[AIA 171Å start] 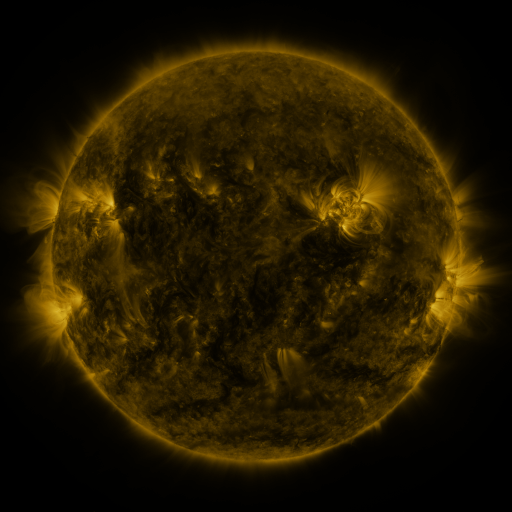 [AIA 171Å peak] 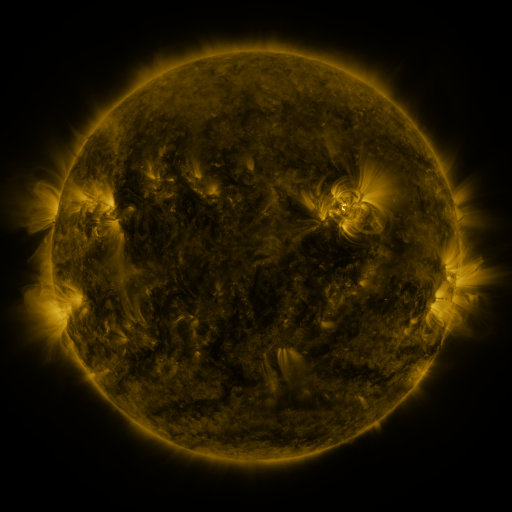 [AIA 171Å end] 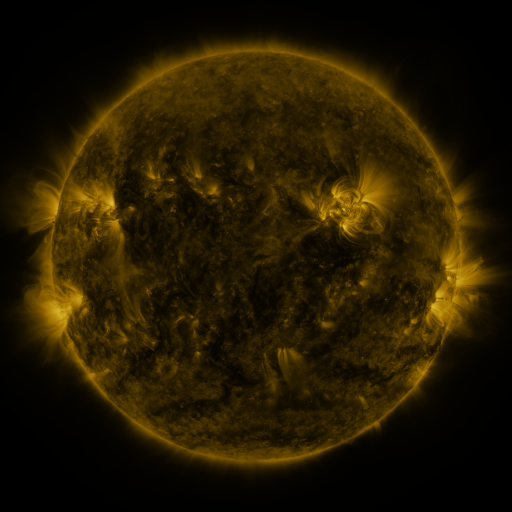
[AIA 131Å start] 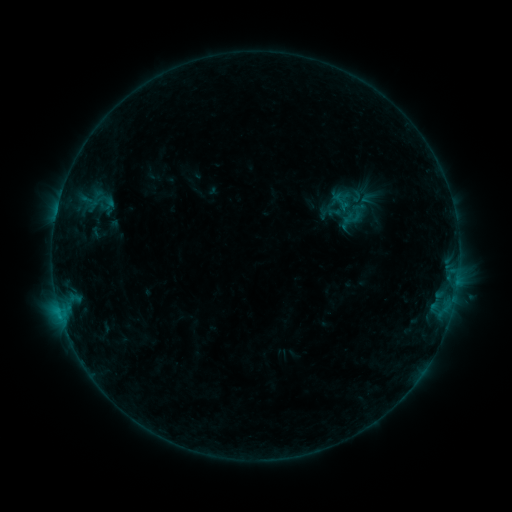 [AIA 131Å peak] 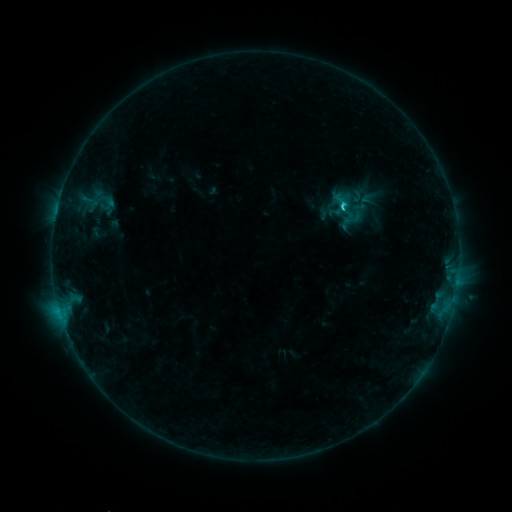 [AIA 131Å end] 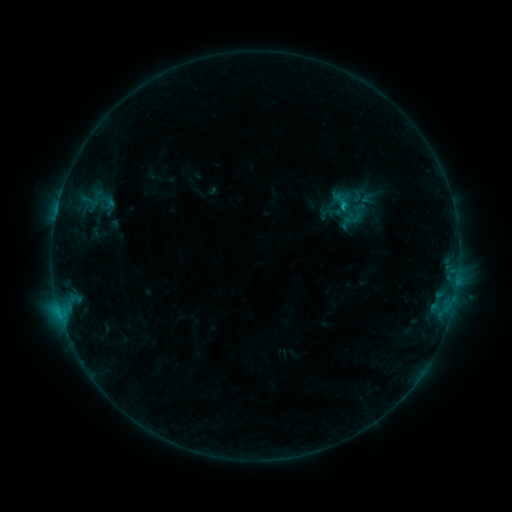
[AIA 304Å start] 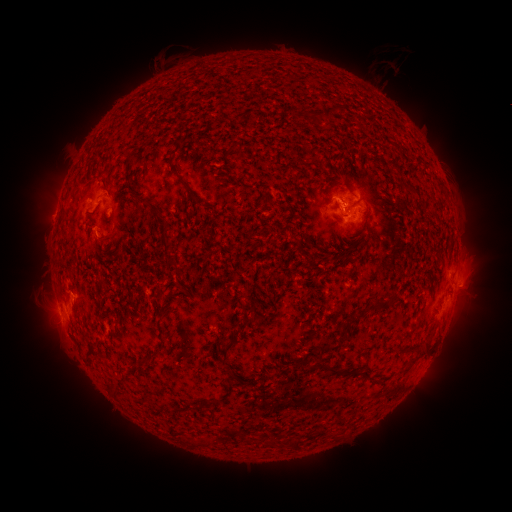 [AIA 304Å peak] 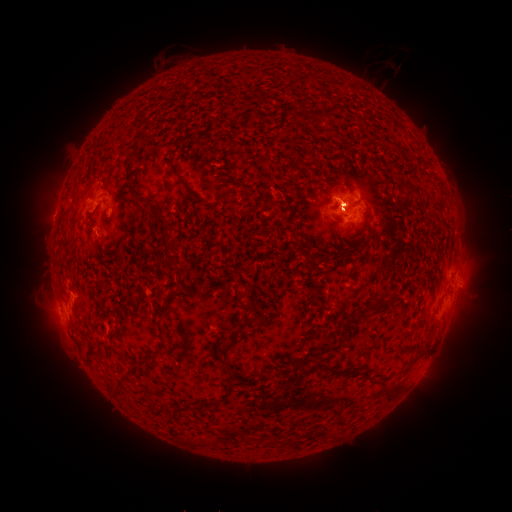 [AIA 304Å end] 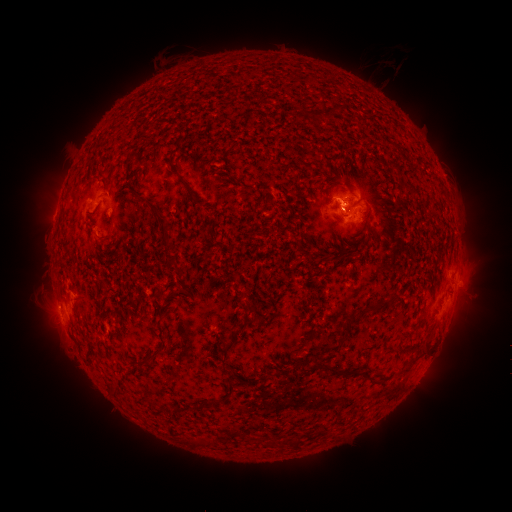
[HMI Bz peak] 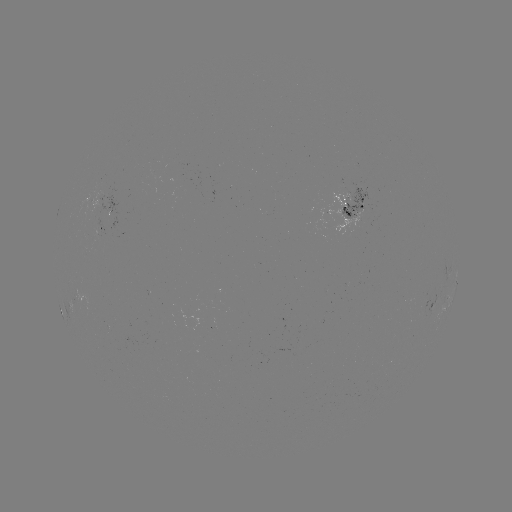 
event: flare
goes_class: C1.2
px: (340, 209)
